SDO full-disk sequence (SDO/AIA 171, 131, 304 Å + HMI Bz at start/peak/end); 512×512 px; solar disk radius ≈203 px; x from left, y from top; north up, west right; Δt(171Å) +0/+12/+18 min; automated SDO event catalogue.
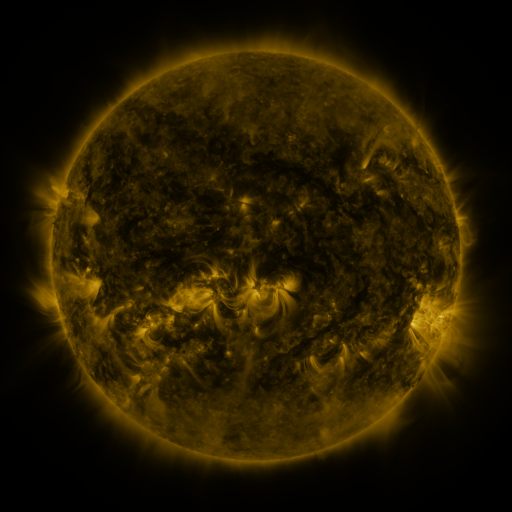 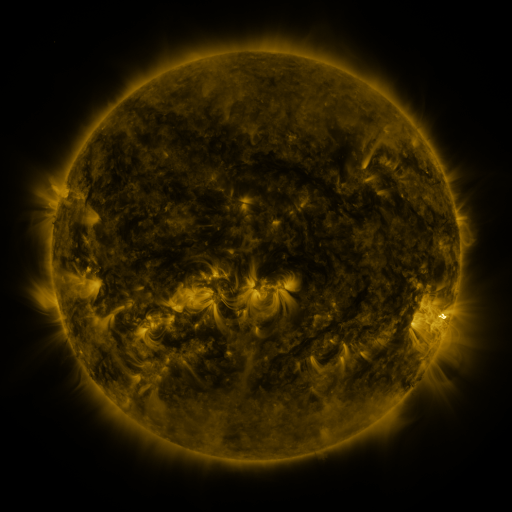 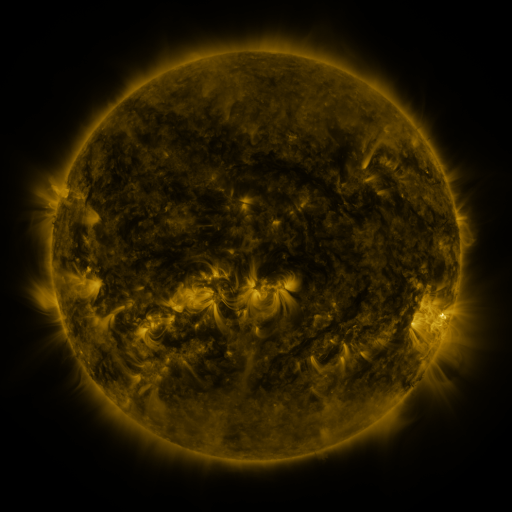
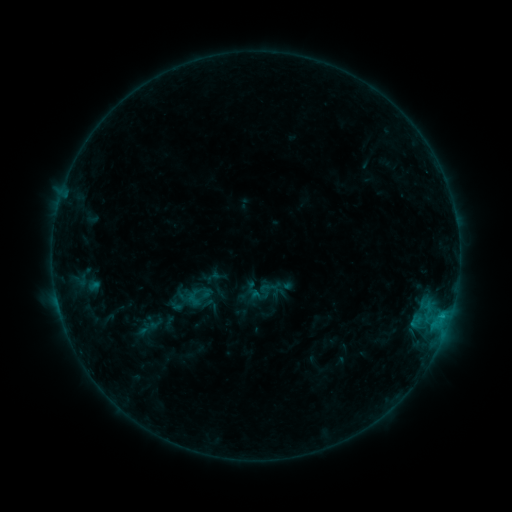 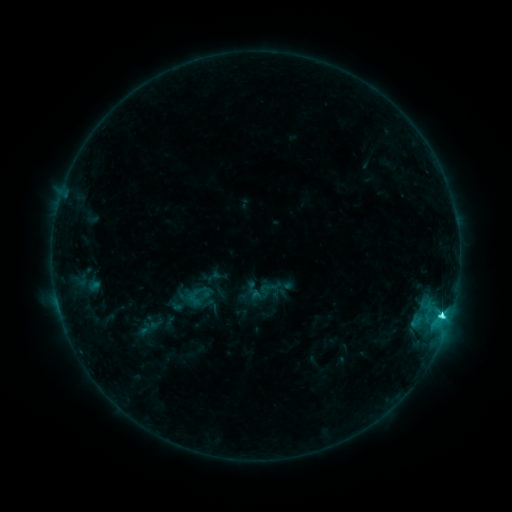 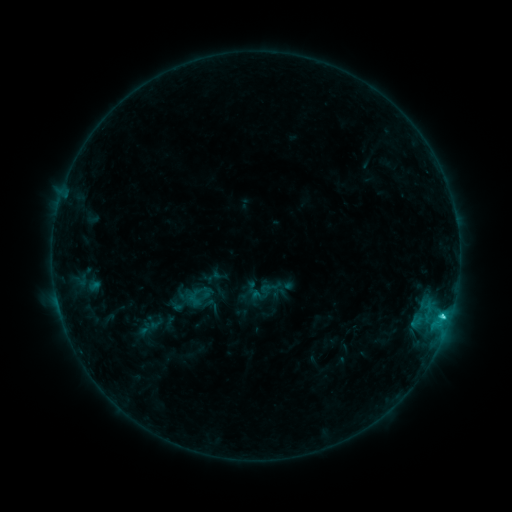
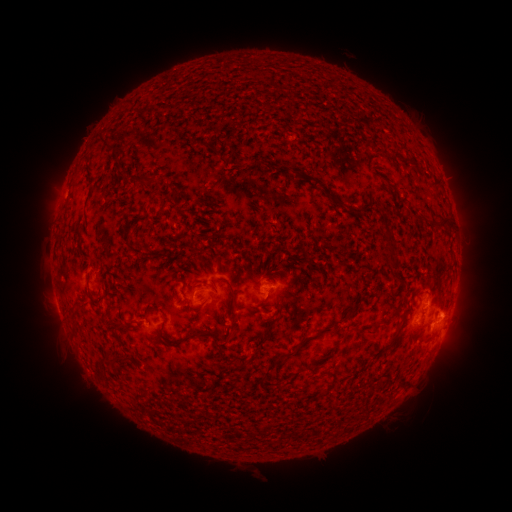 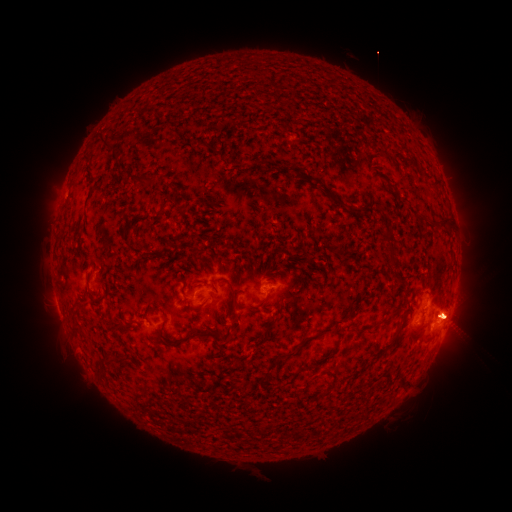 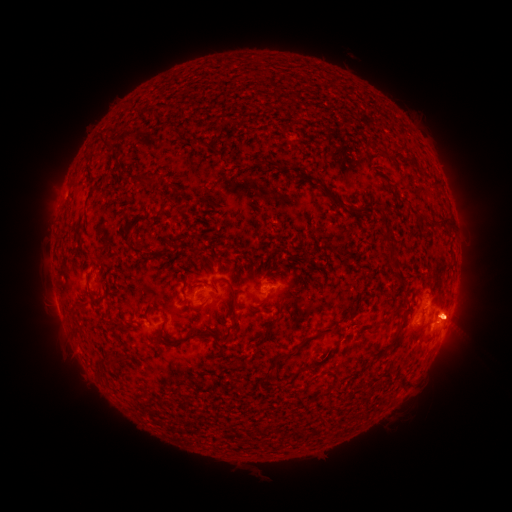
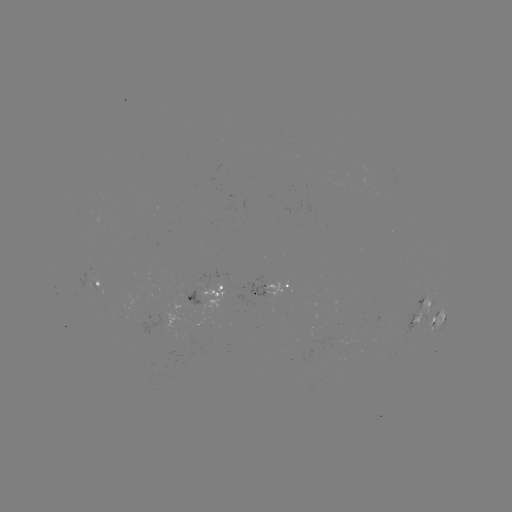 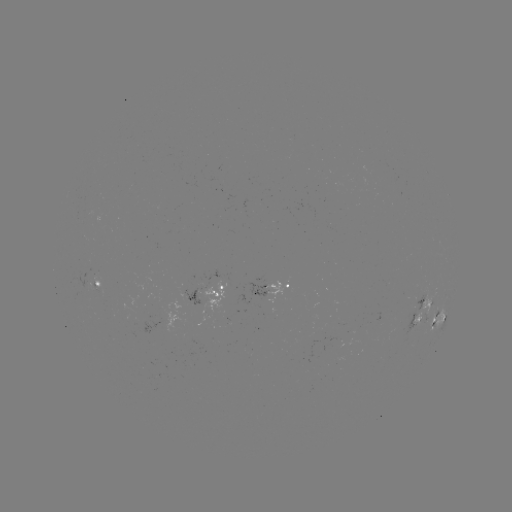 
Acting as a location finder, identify C3.8 flare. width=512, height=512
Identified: (442, 314).